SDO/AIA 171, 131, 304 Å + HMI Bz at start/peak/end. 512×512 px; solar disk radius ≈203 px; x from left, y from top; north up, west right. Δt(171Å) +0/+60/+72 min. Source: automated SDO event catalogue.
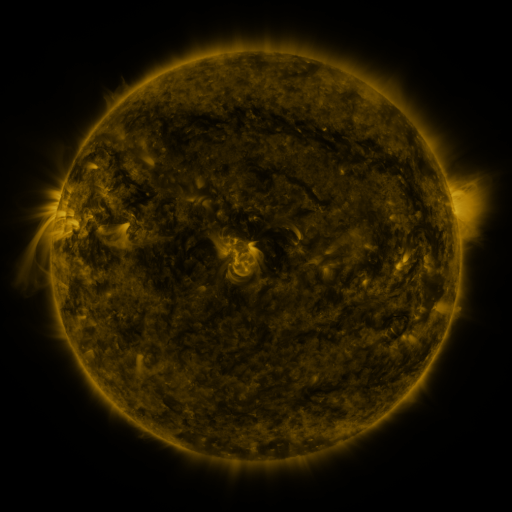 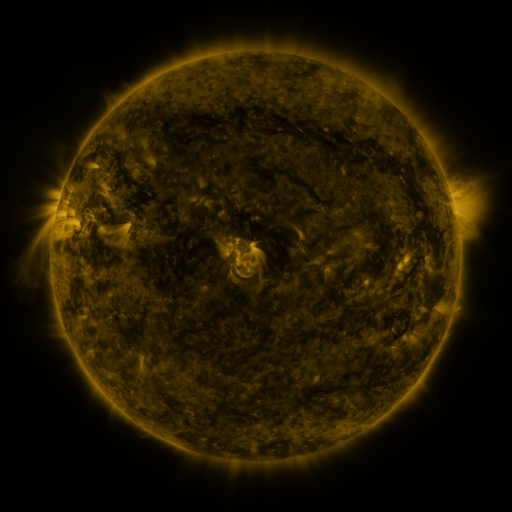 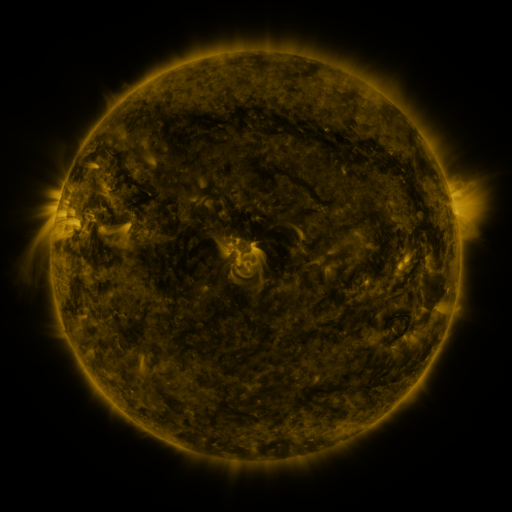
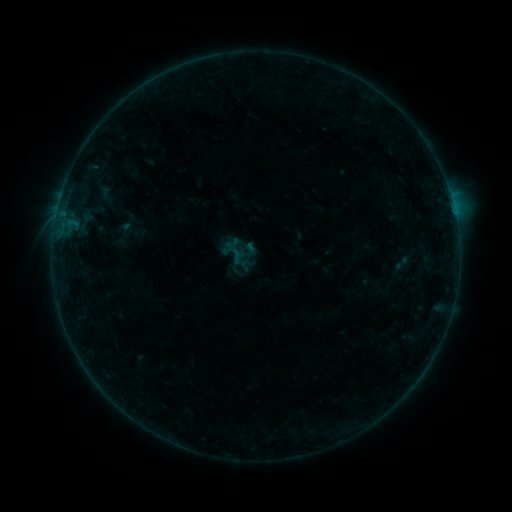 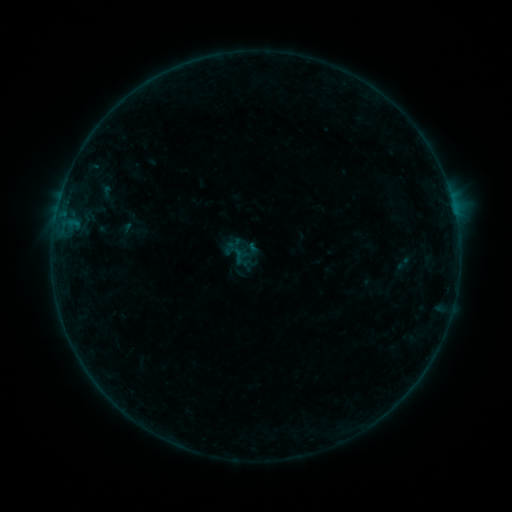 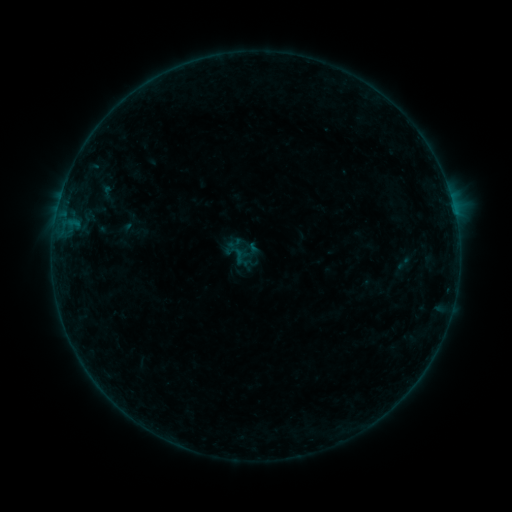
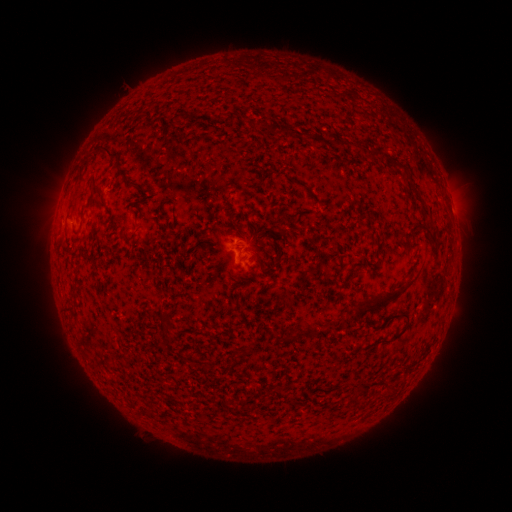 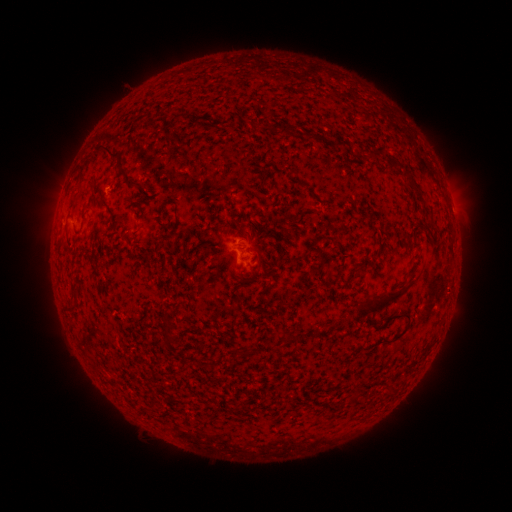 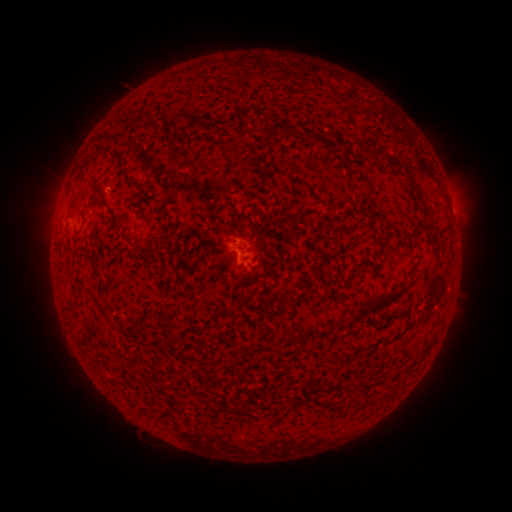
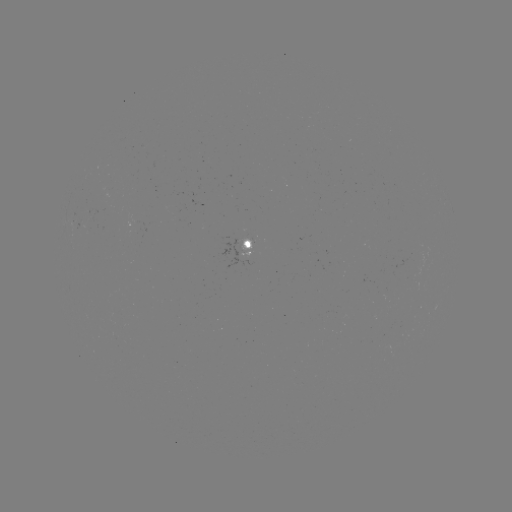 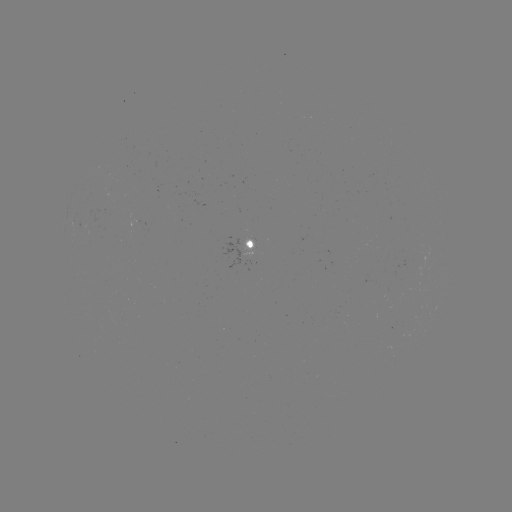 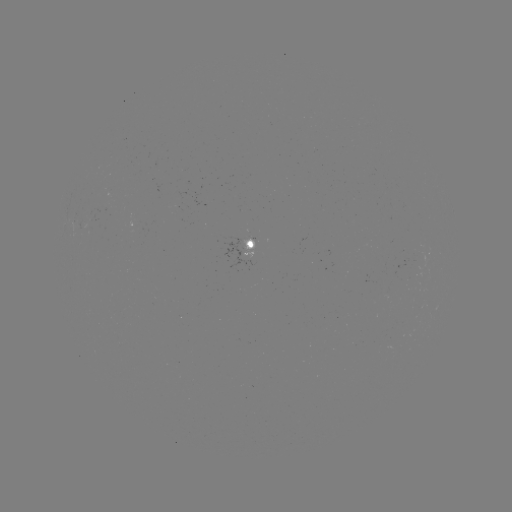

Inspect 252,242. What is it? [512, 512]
emerging-flux region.